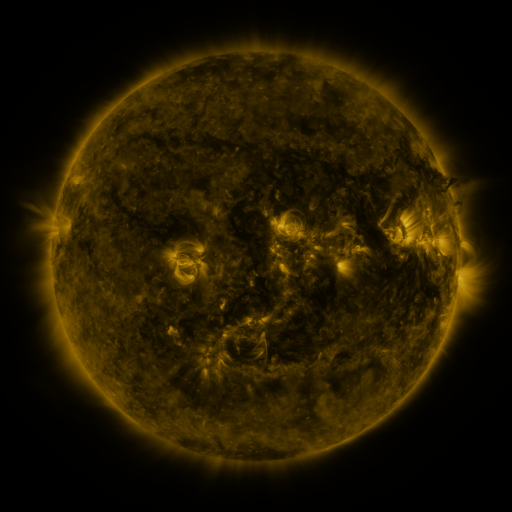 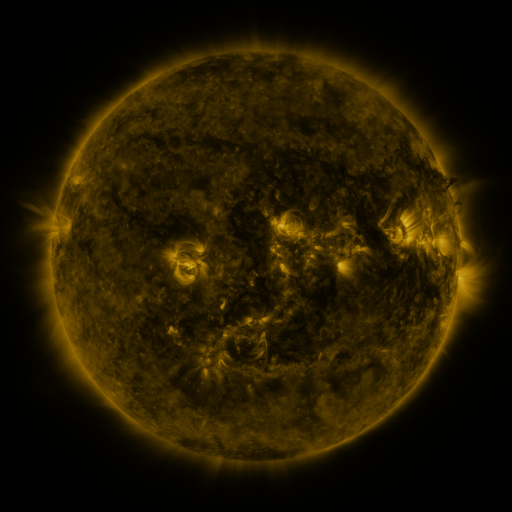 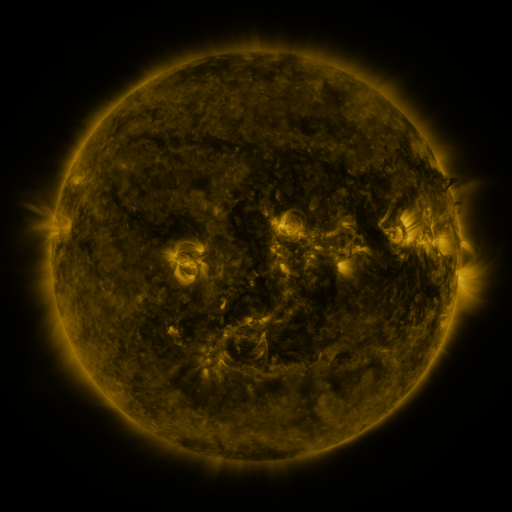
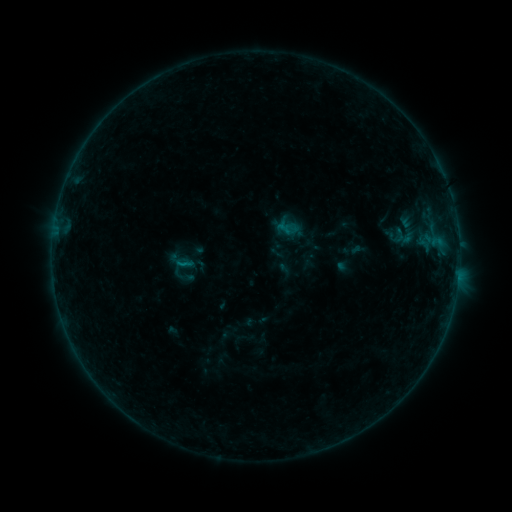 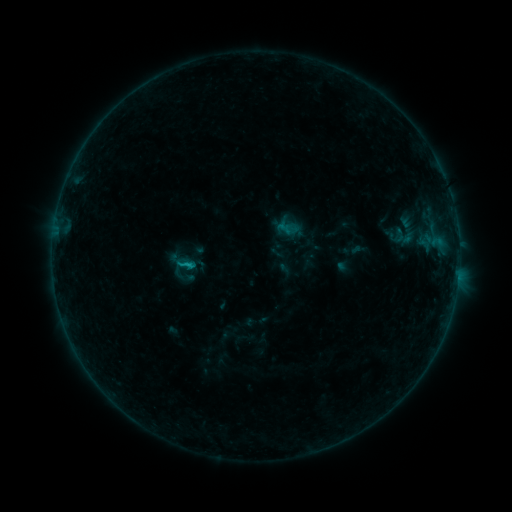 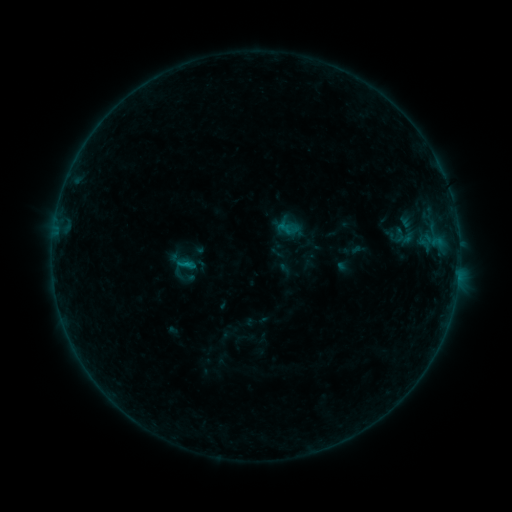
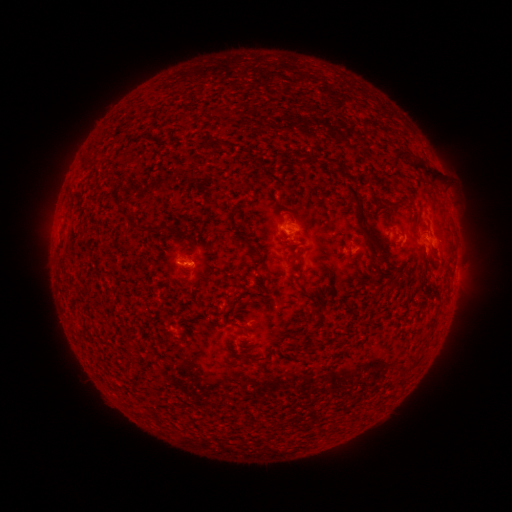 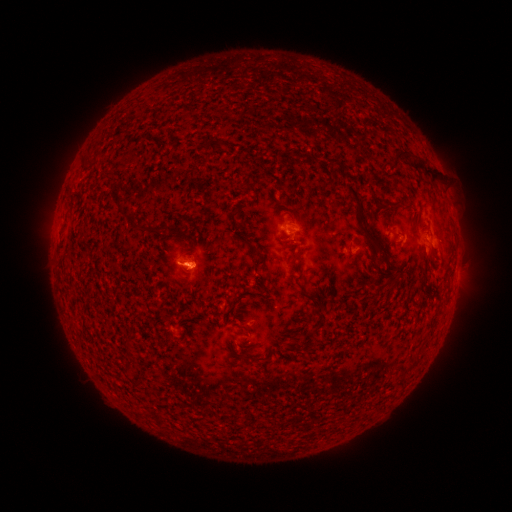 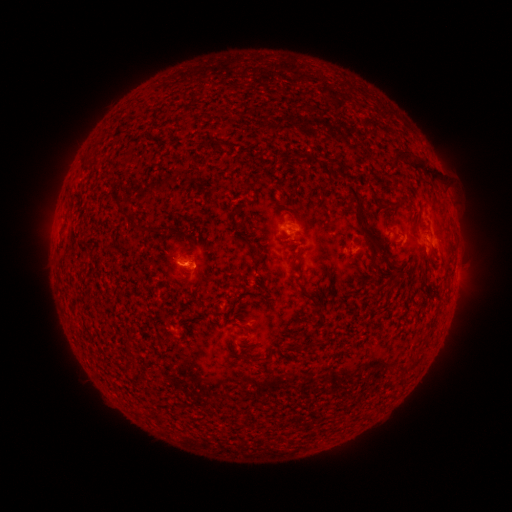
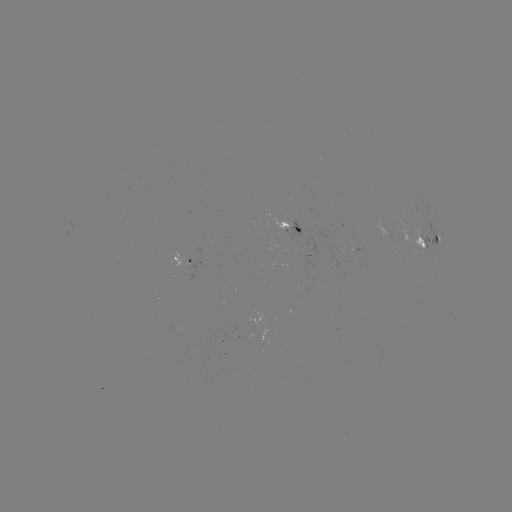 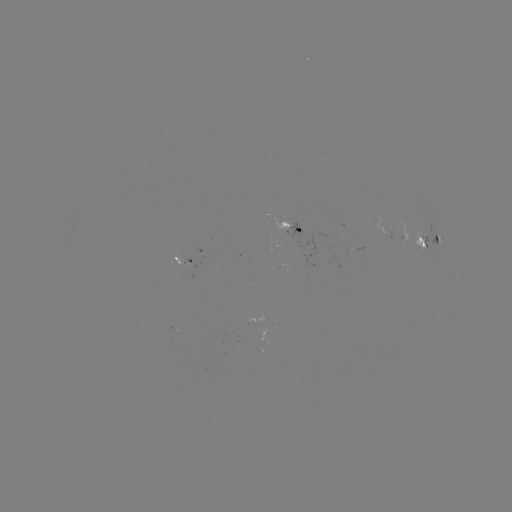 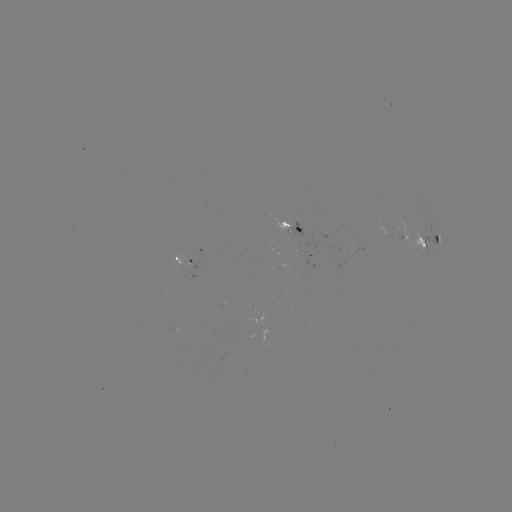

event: flare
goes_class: B4.8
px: (189, 266)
